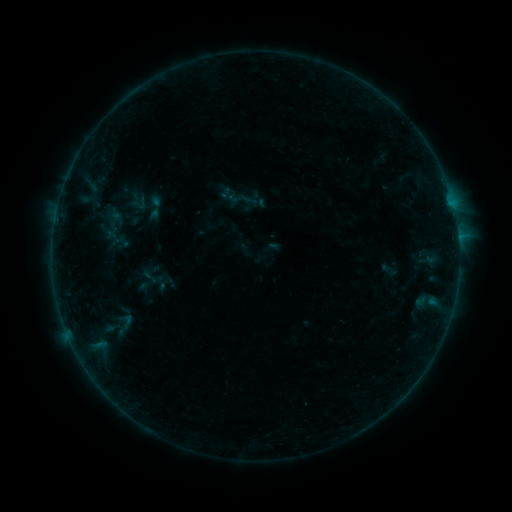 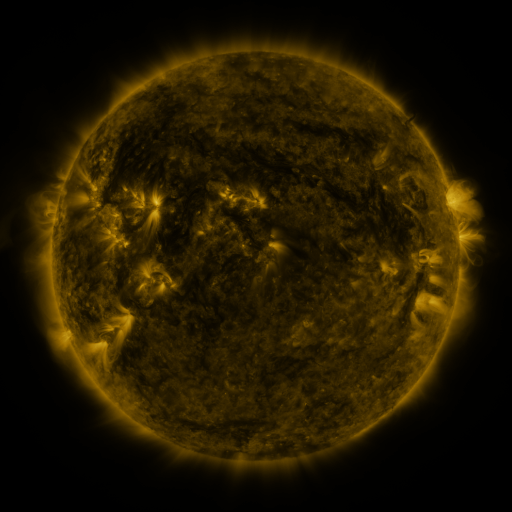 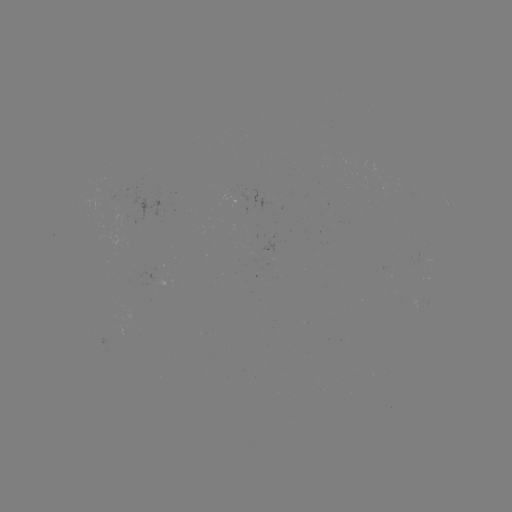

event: sigmoid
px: (239, 198)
